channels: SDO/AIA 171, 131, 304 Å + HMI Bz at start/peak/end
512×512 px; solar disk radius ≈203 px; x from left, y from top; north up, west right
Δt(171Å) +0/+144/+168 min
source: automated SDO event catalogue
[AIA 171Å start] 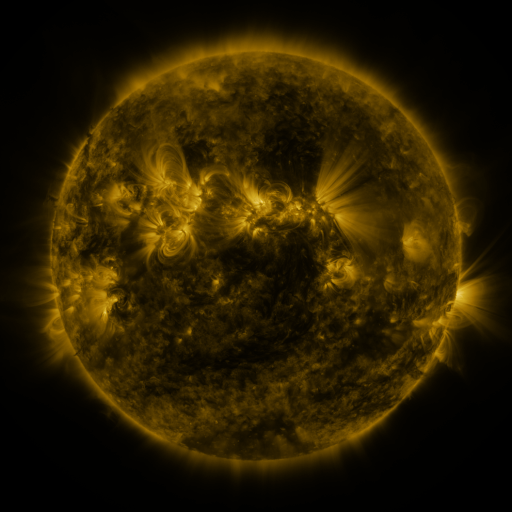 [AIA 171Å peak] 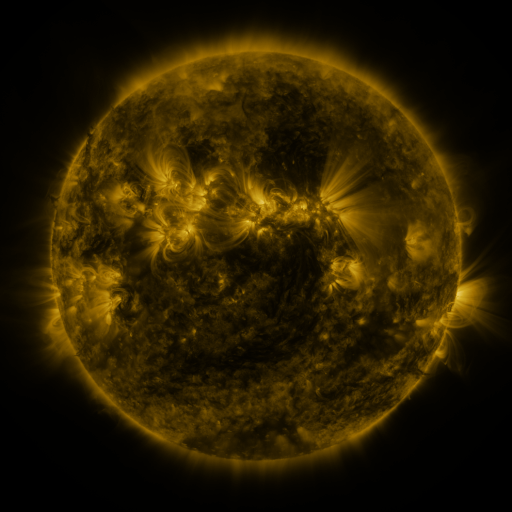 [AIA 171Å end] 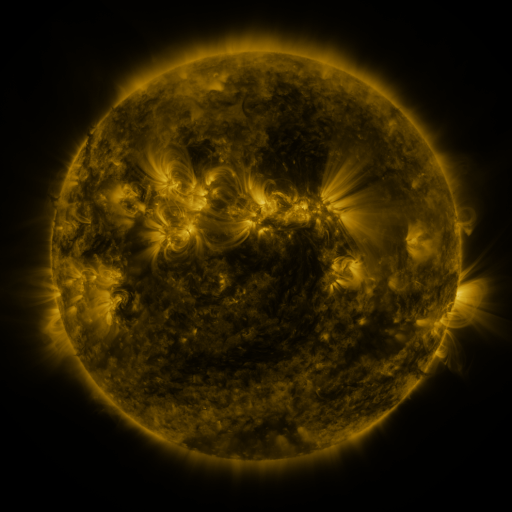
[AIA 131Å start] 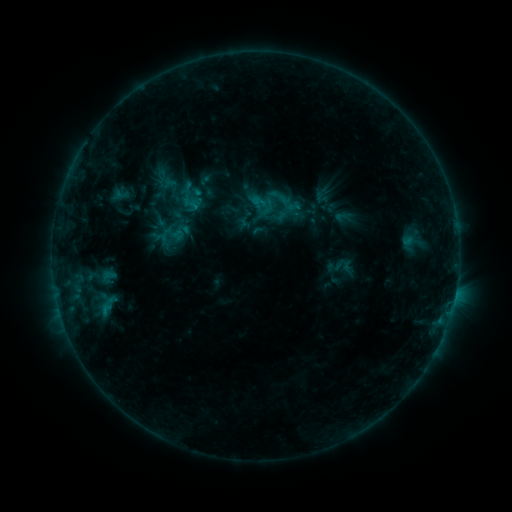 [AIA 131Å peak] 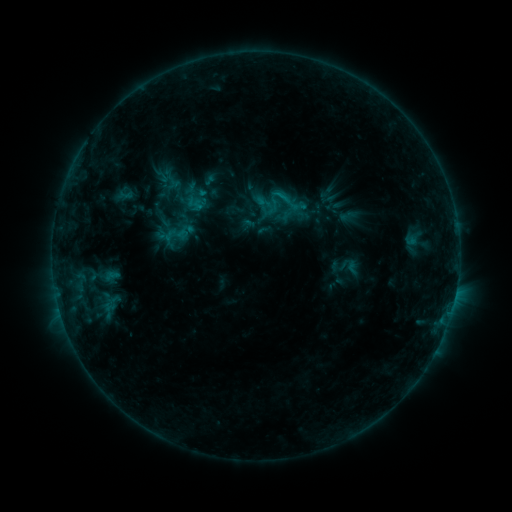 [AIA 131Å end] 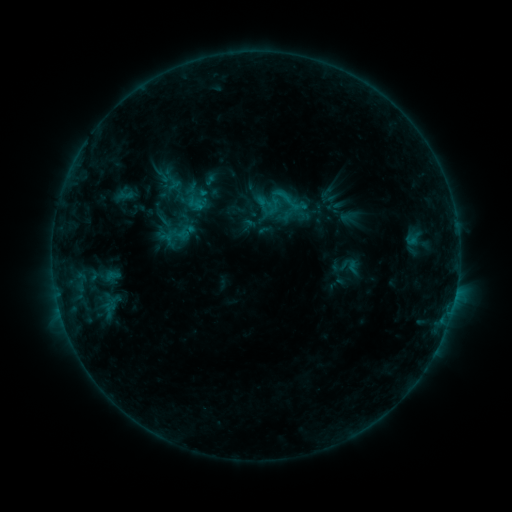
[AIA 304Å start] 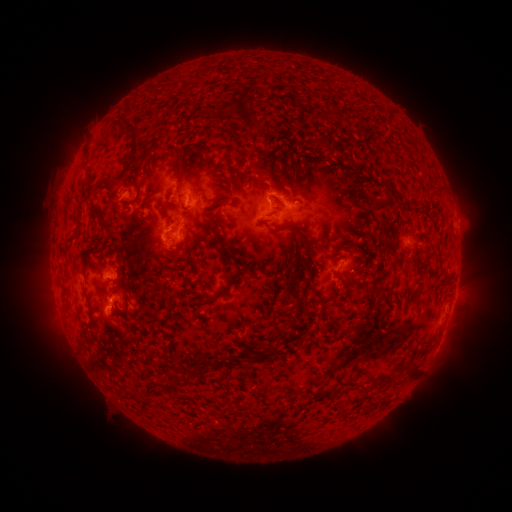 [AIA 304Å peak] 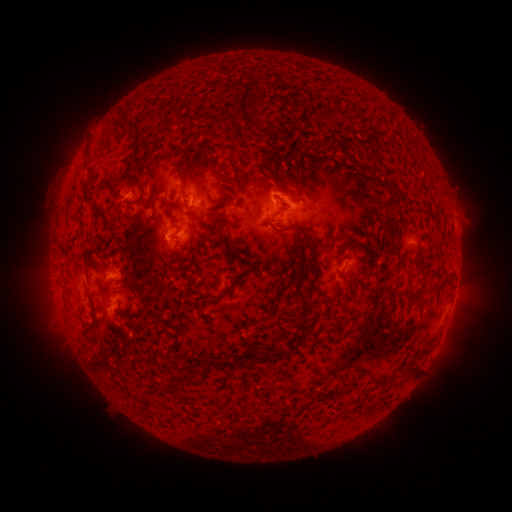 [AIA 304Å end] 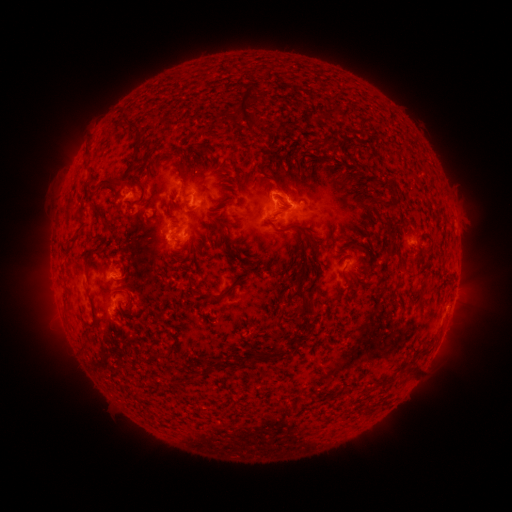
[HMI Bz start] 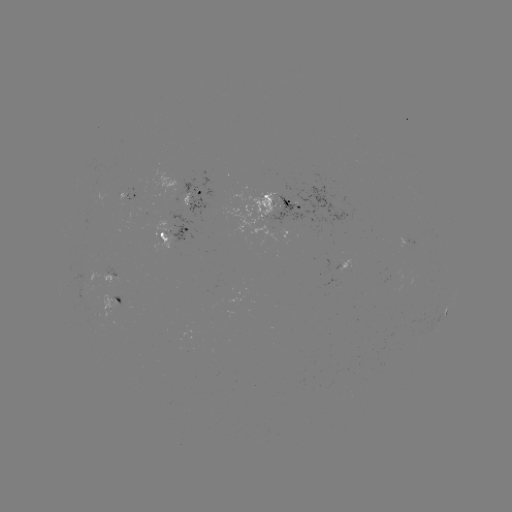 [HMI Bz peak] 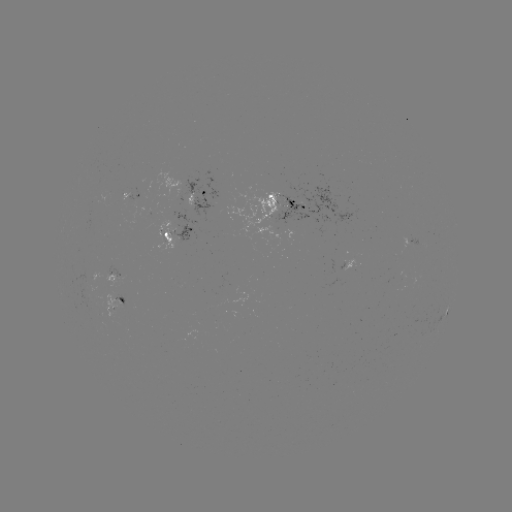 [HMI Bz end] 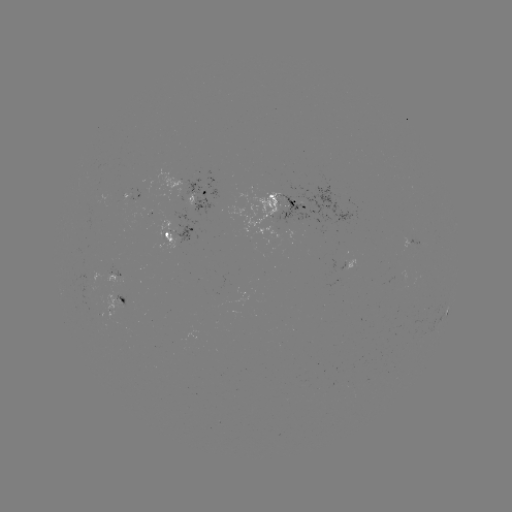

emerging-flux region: <bbox>108, 318, 121, 325</bbox>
